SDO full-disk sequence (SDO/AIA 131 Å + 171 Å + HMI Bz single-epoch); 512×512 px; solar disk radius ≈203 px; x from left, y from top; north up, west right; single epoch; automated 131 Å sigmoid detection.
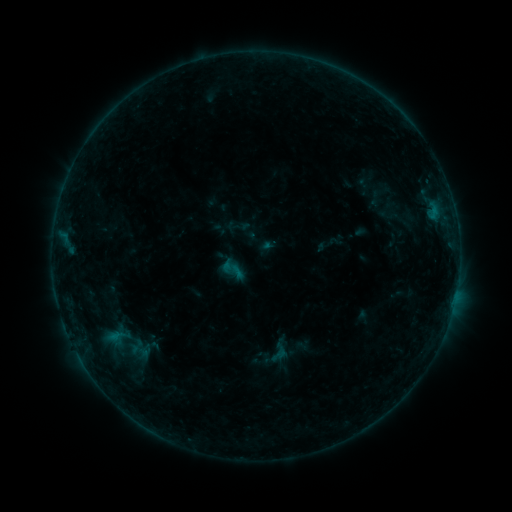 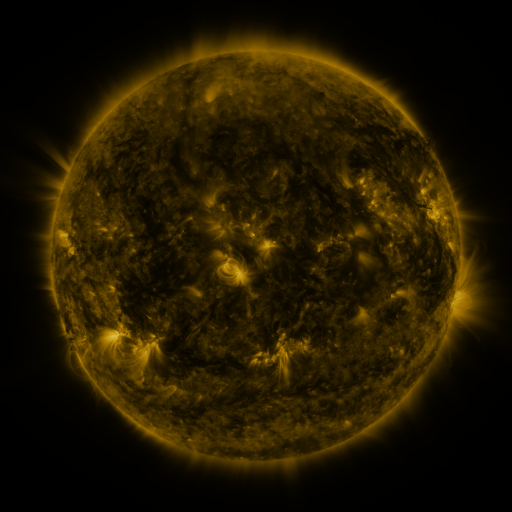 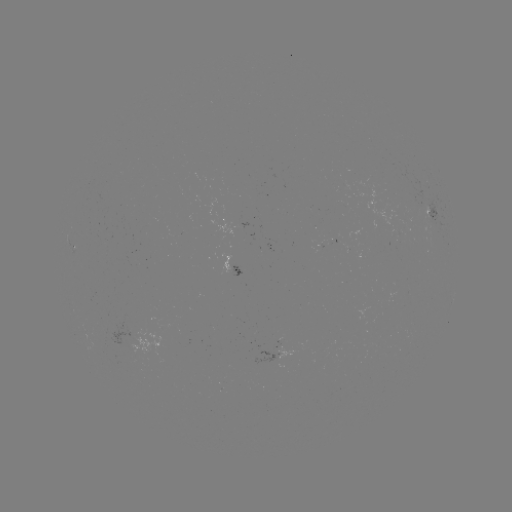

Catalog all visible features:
sigmoid: <bbox>219, 255, 246, 283</bbox>
sigmoid: <bbox>265, 337, 293, 365</bbox>
